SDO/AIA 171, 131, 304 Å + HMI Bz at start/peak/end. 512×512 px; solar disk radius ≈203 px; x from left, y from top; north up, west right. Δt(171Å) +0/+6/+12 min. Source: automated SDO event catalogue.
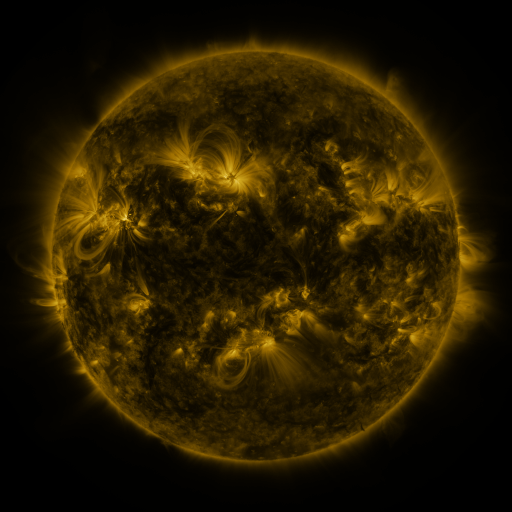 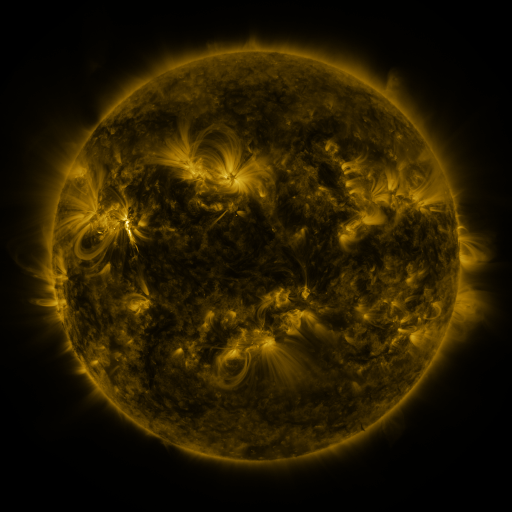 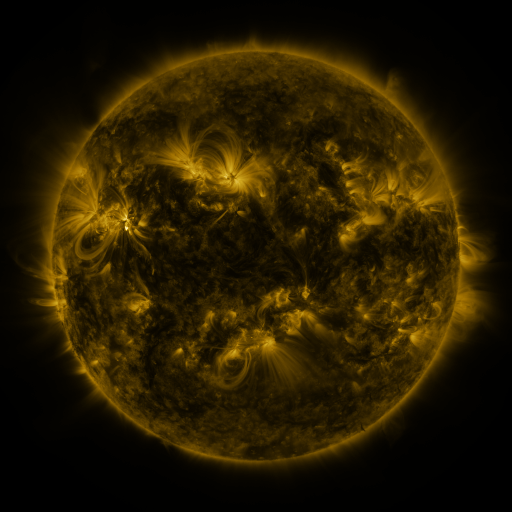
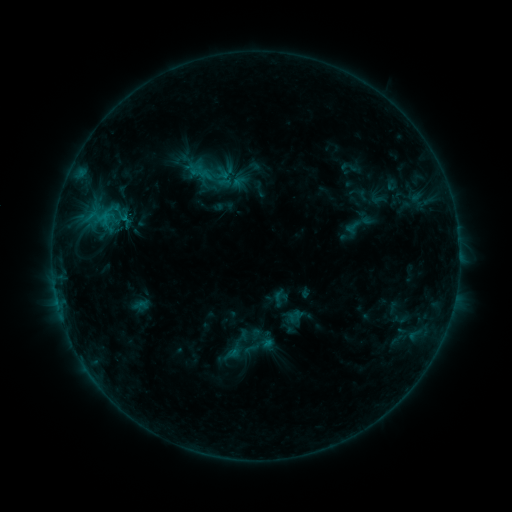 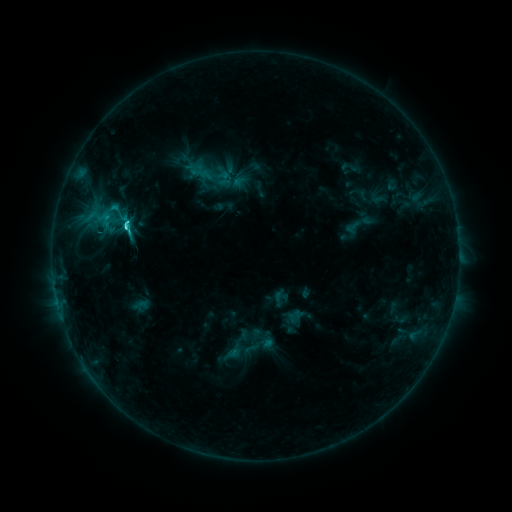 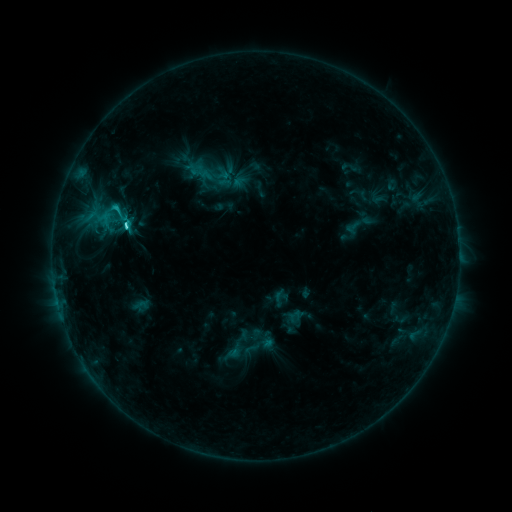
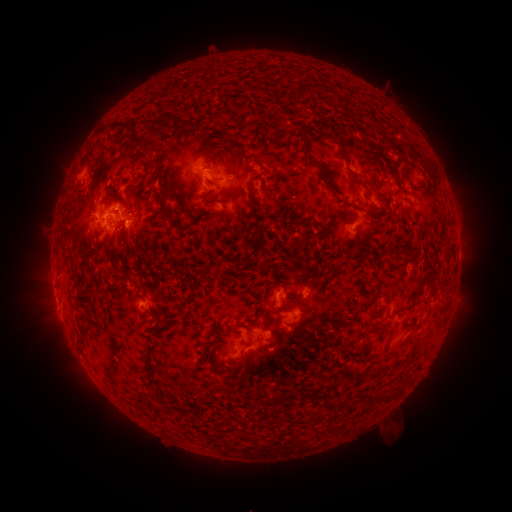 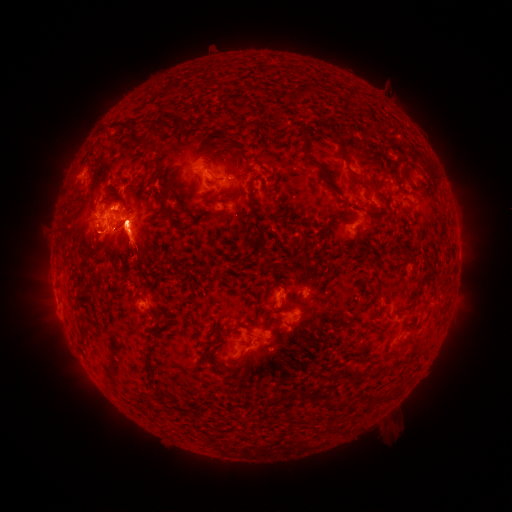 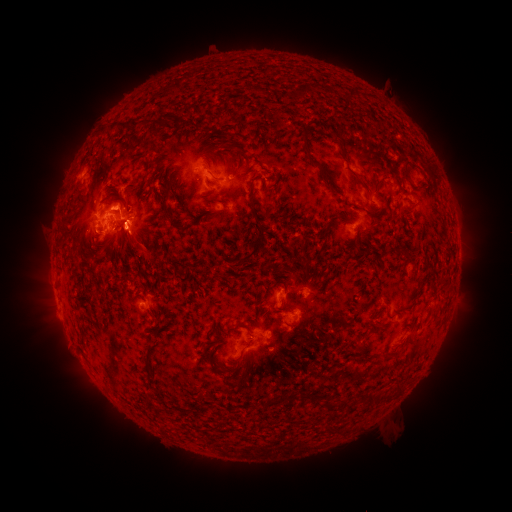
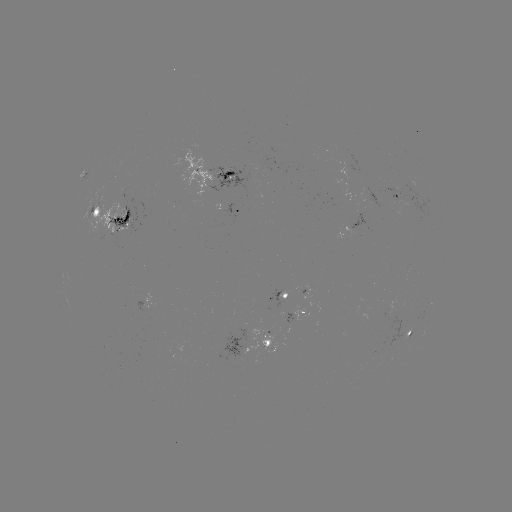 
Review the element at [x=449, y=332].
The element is eruption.